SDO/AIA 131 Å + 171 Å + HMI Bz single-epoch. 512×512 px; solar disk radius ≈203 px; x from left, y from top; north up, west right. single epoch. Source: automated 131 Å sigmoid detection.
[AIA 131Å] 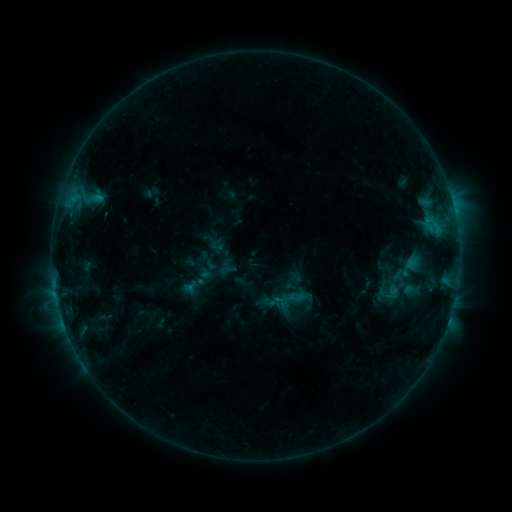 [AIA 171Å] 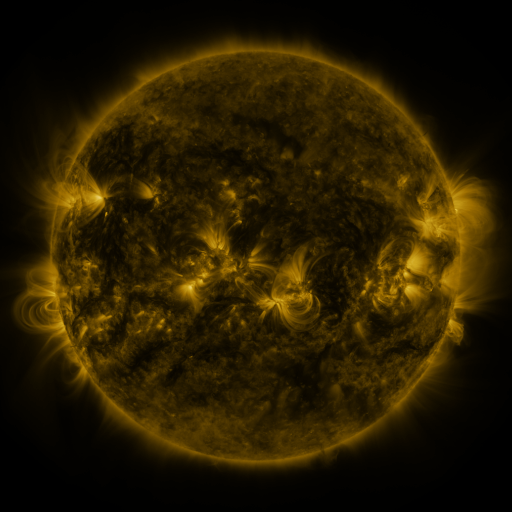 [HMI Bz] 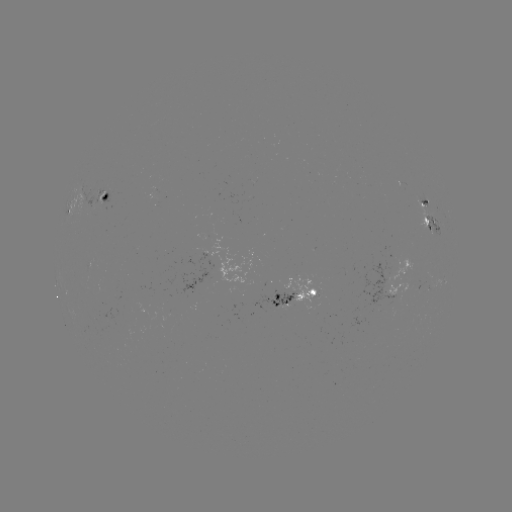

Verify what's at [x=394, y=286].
sigmoid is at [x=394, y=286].